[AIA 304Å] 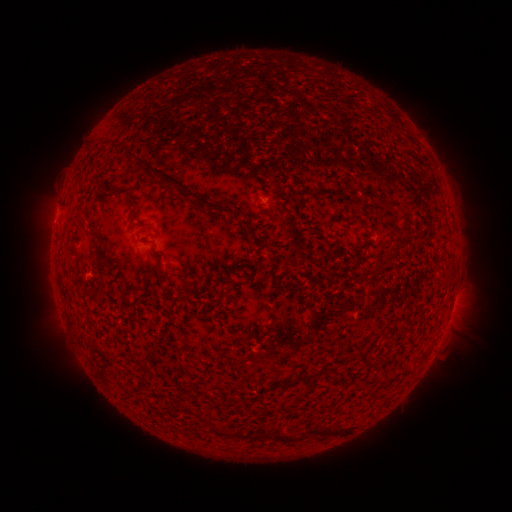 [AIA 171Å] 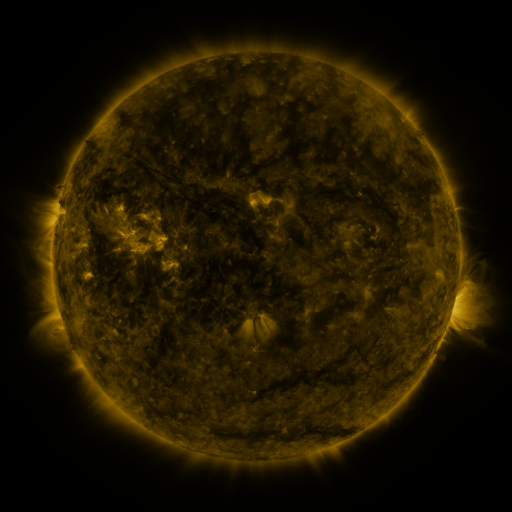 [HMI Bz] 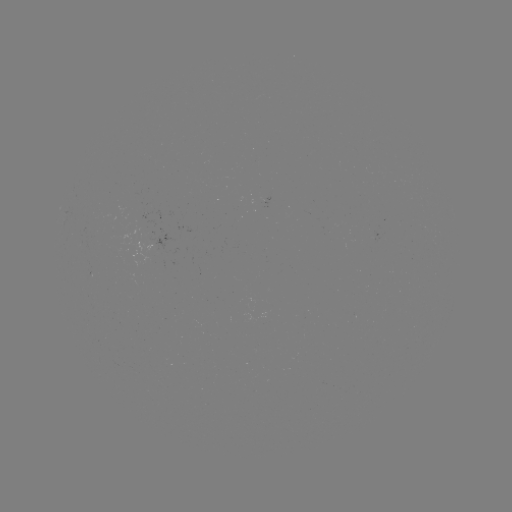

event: spotted active region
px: (453, 304)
